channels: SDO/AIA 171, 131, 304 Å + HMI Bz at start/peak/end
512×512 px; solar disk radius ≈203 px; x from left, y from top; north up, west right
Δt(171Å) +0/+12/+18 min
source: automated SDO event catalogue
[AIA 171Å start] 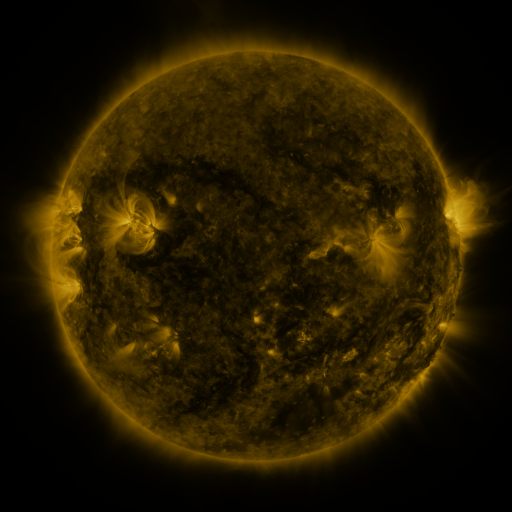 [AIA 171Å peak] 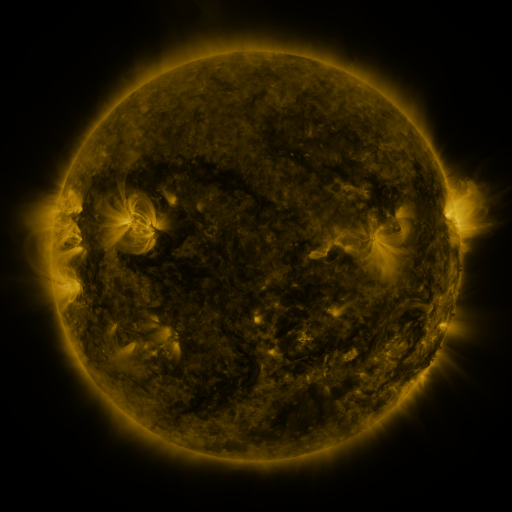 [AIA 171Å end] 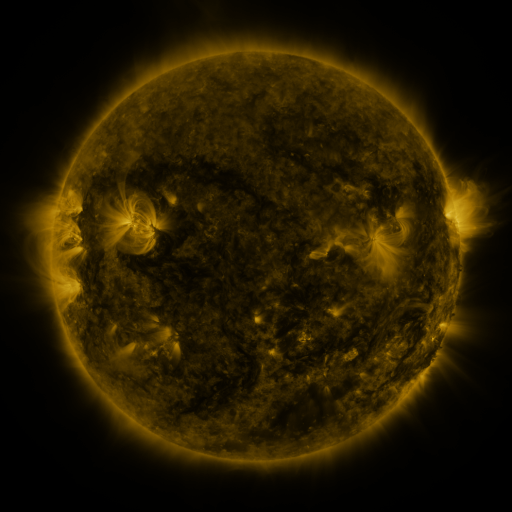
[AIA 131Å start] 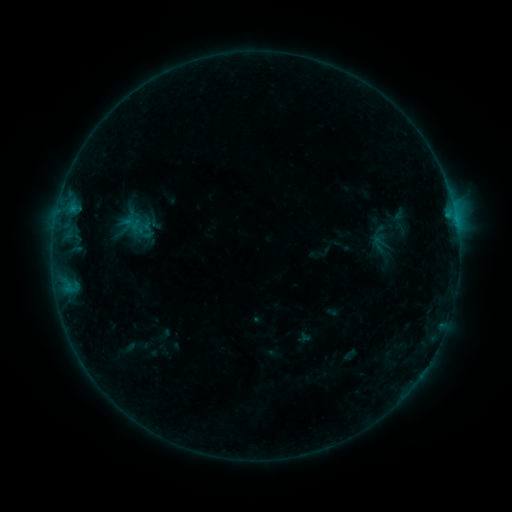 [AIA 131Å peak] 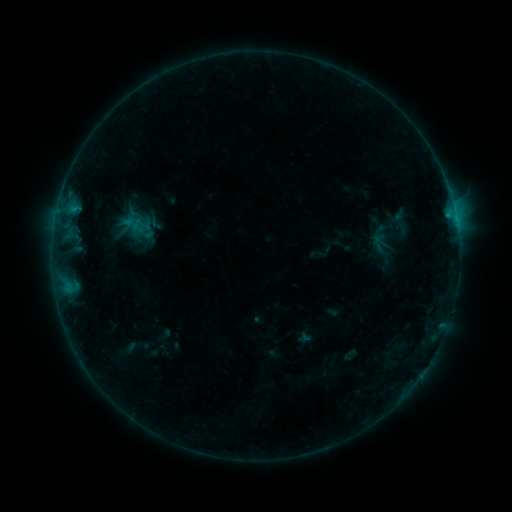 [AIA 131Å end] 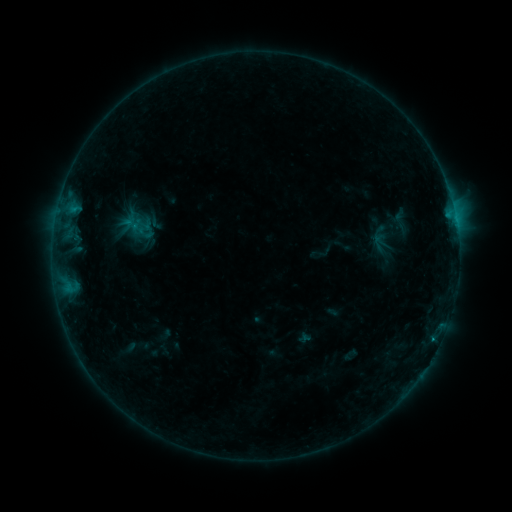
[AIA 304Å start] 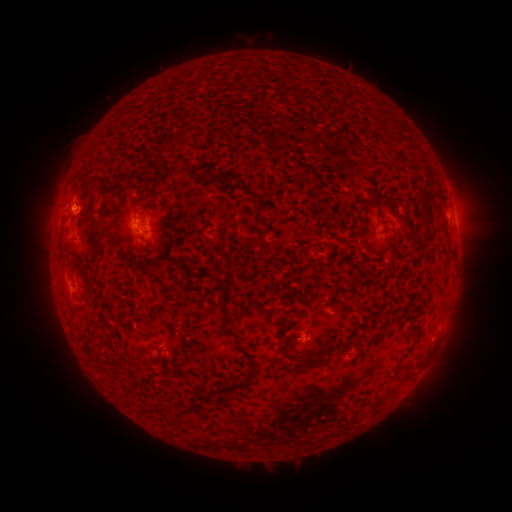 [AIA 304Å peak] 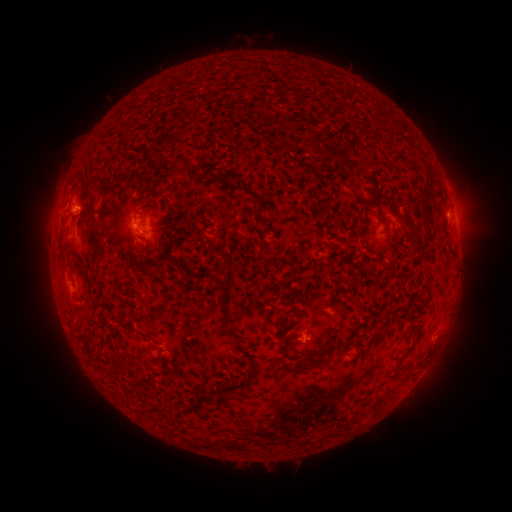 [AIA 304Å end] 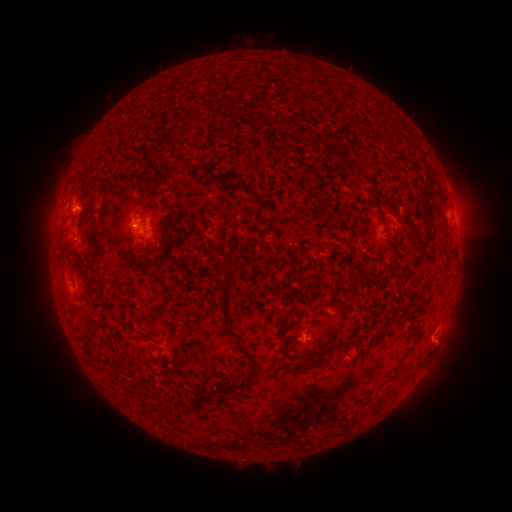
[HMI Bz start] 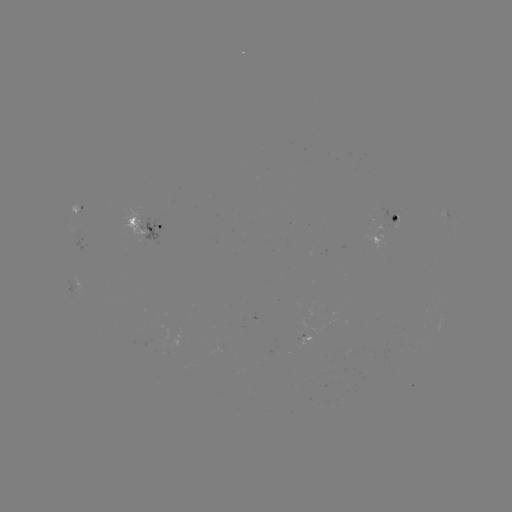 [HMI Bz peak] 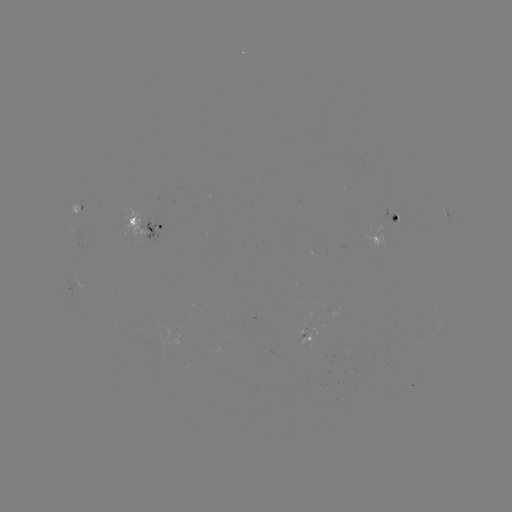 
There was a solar flare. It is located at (77, 209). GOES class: B4.6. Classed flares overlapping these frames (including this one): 3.